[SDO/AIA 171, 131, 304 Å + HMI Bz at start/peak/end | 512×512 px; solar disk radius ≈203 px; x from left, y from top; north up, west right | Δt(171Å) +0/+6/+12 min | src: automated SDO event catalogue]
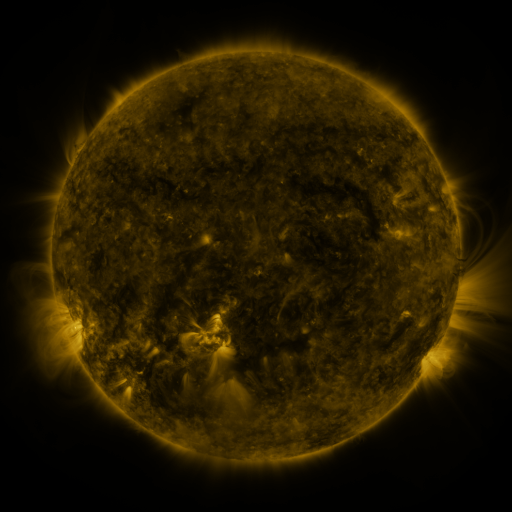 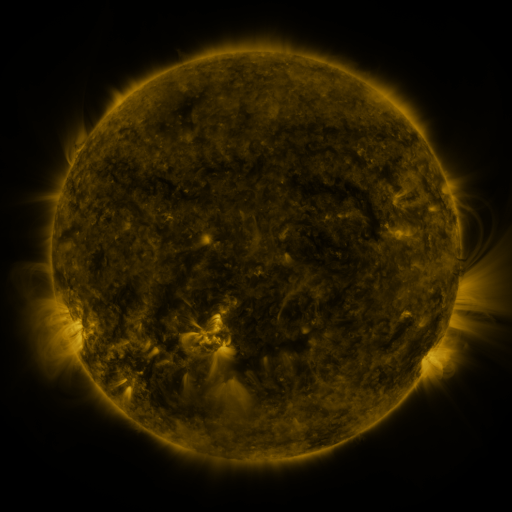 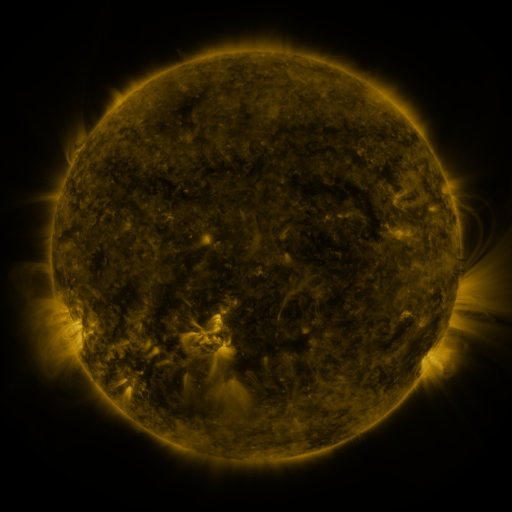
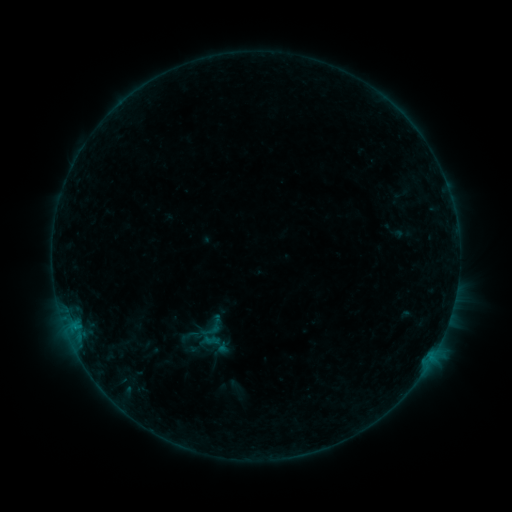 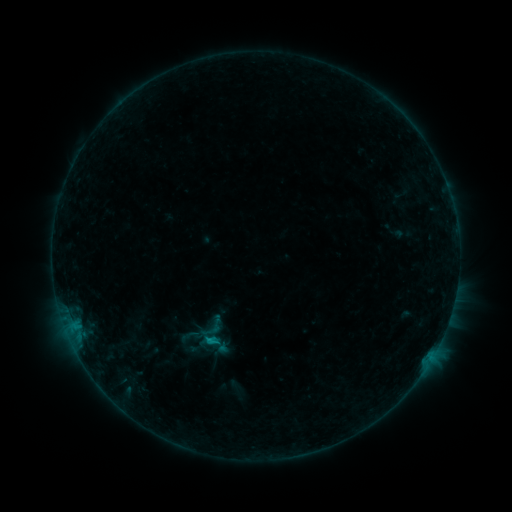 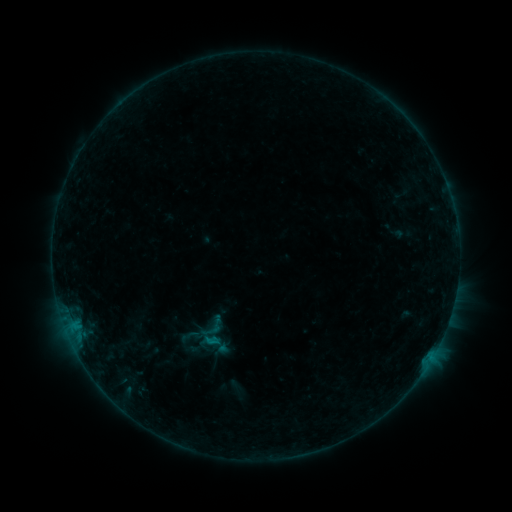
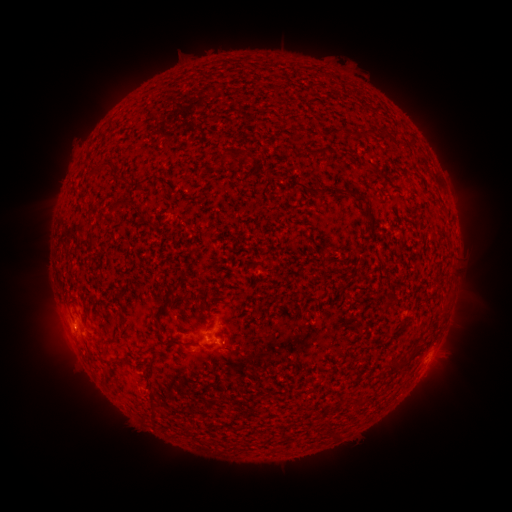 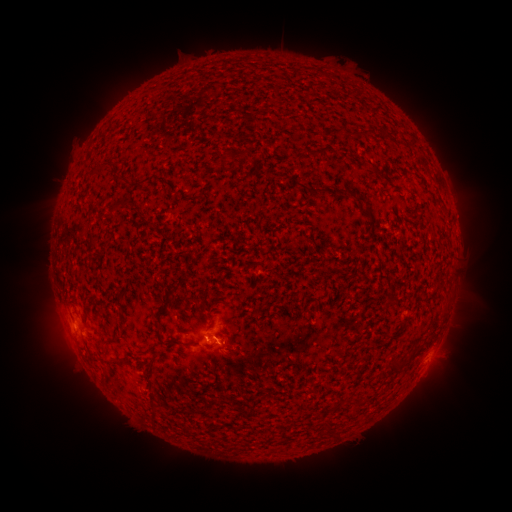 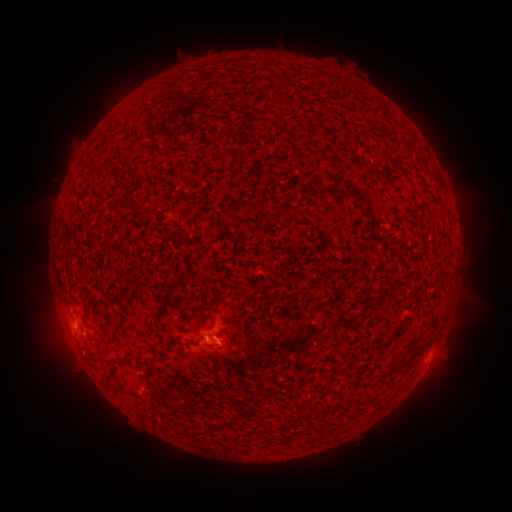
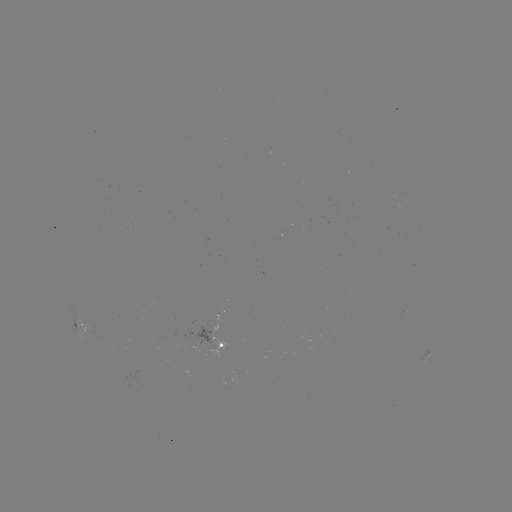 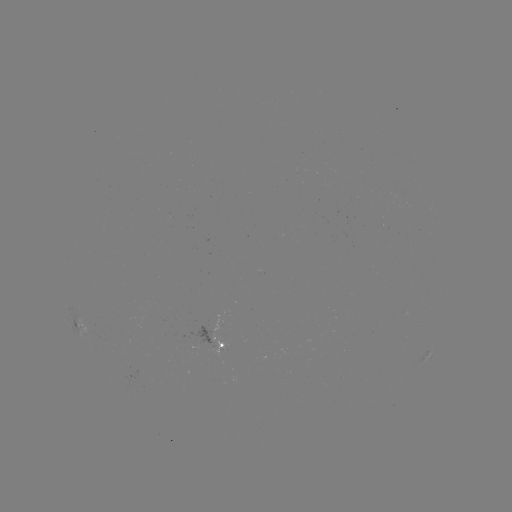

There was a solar flare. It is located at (209, 338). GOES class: B5.0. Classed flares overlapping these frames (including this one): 1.